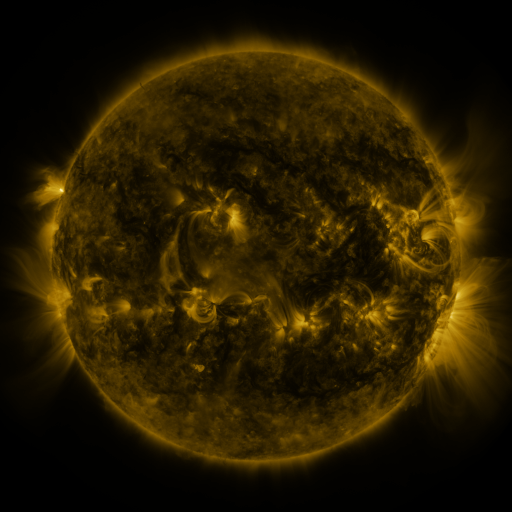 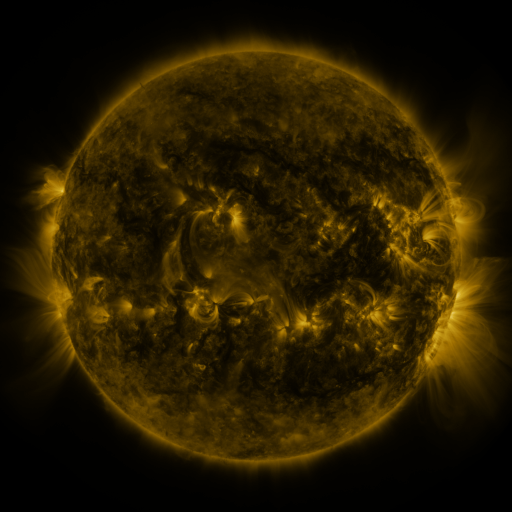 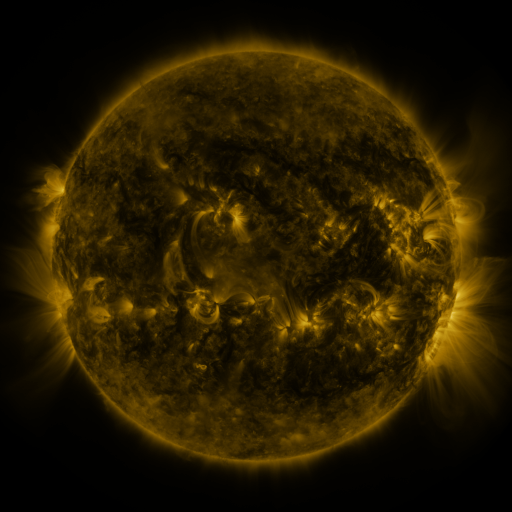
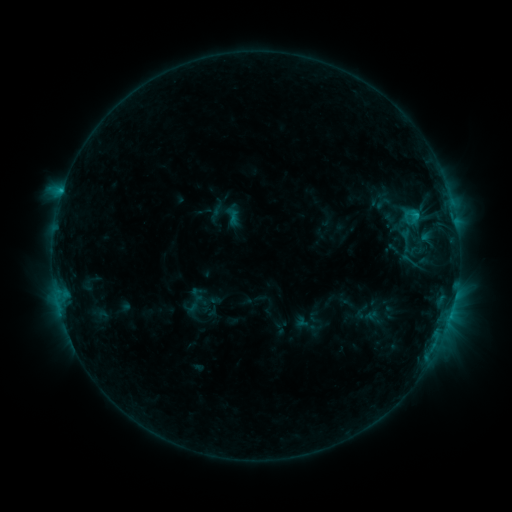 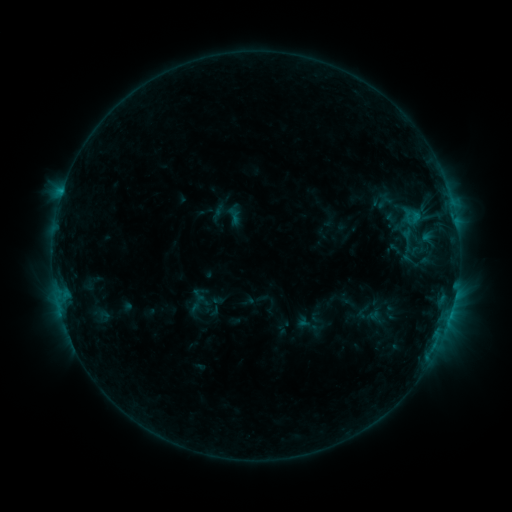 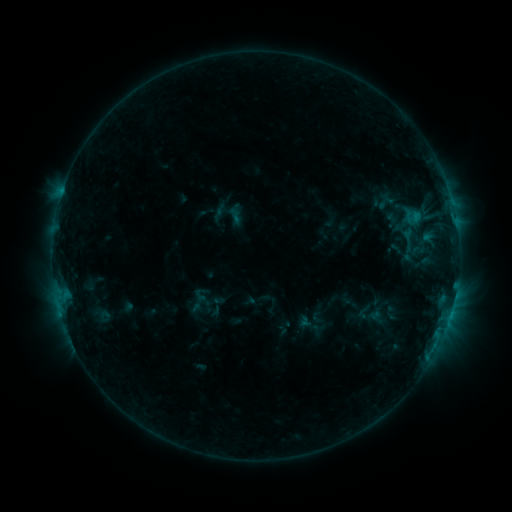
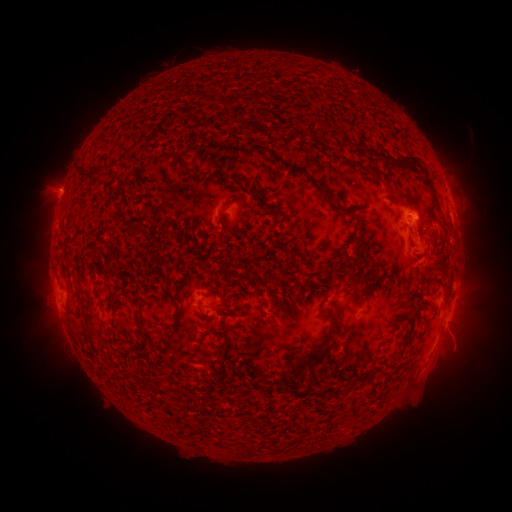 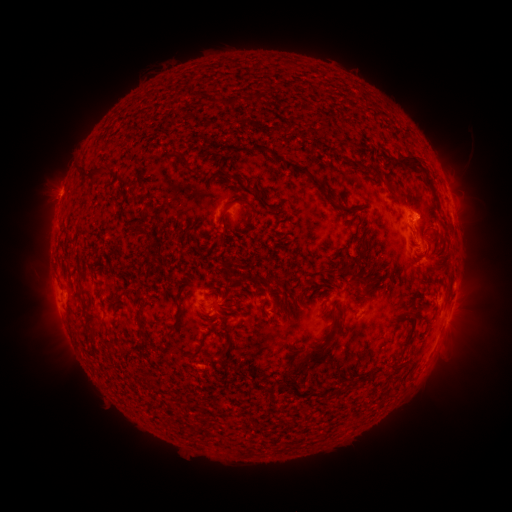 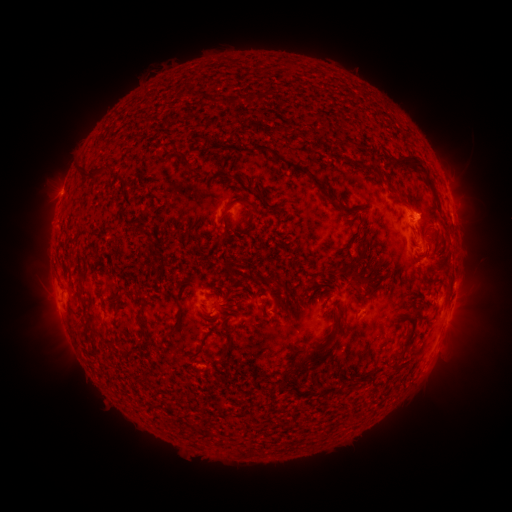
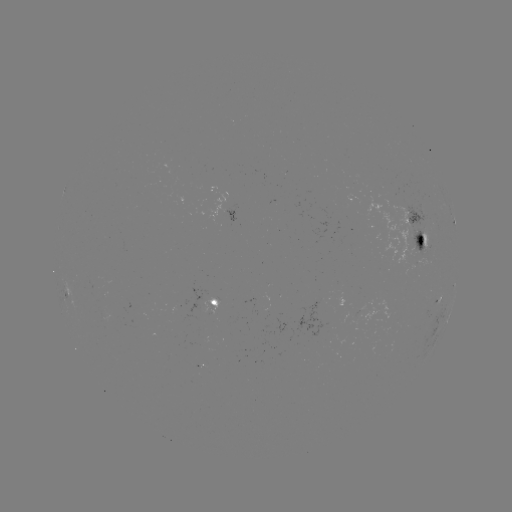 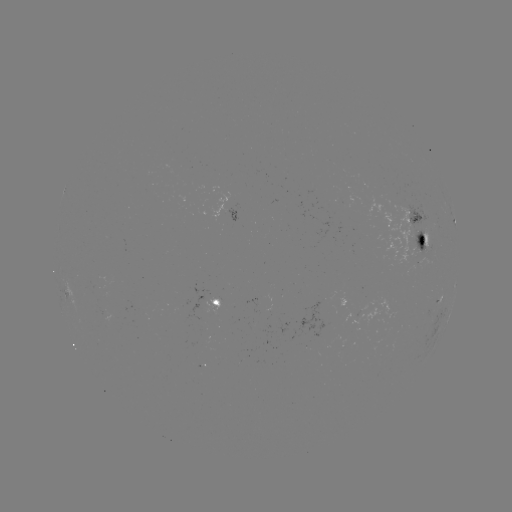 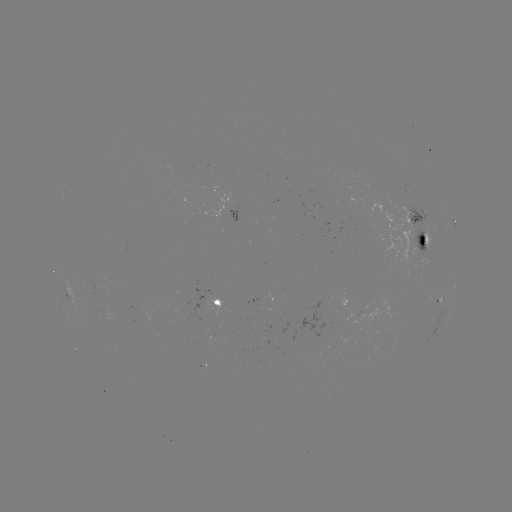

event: emerging-flux region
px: (419, 247)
